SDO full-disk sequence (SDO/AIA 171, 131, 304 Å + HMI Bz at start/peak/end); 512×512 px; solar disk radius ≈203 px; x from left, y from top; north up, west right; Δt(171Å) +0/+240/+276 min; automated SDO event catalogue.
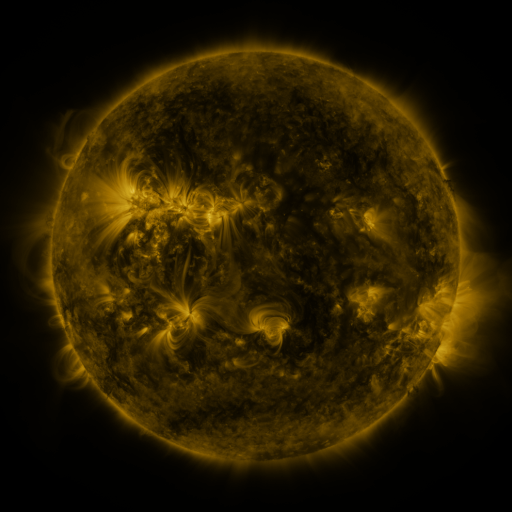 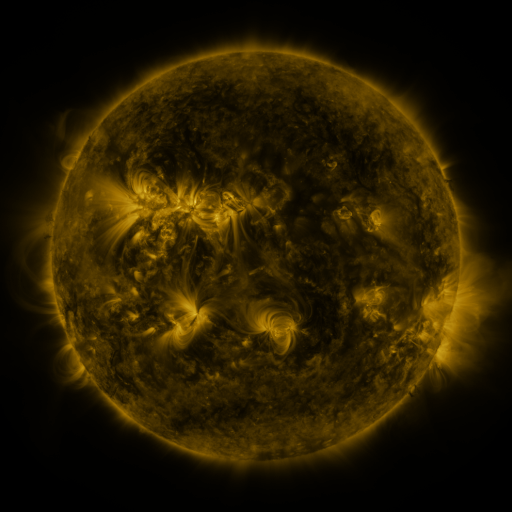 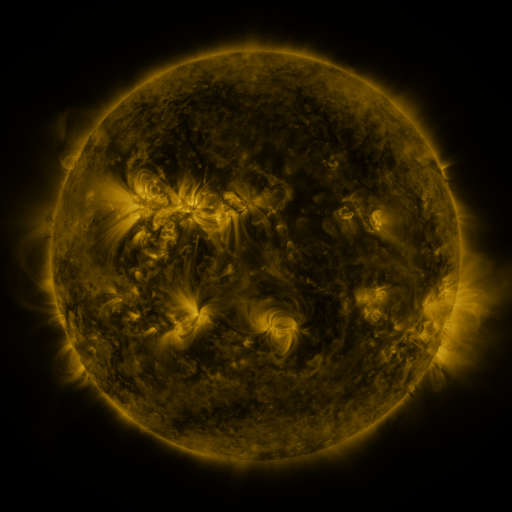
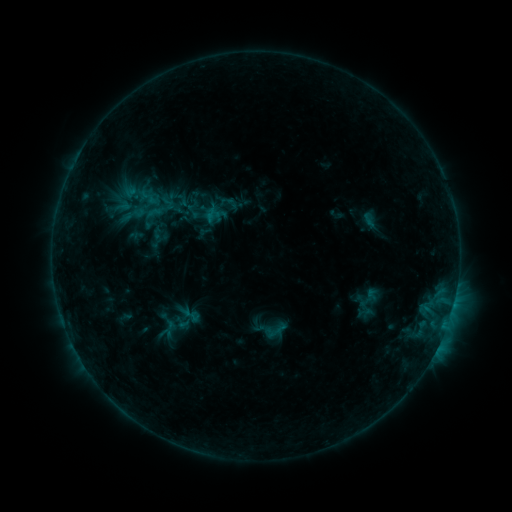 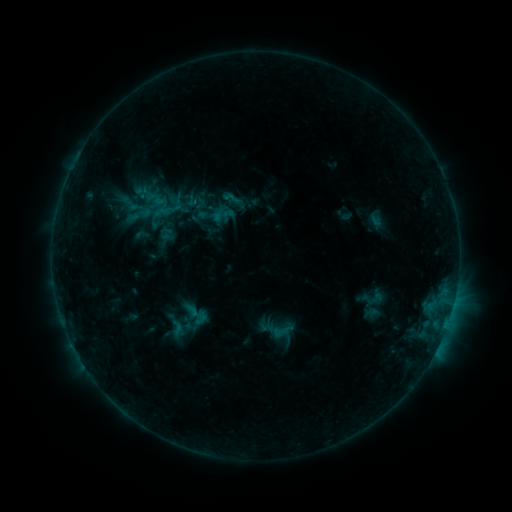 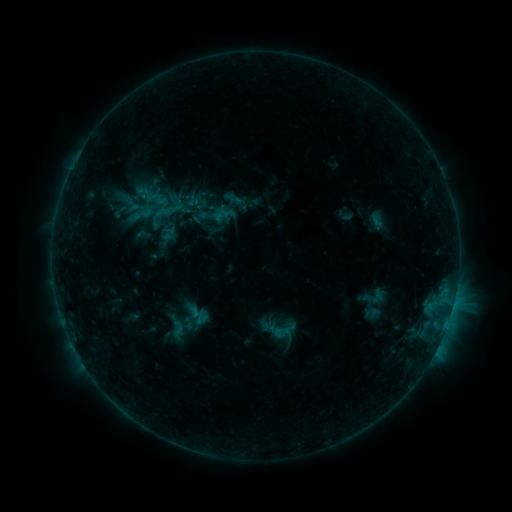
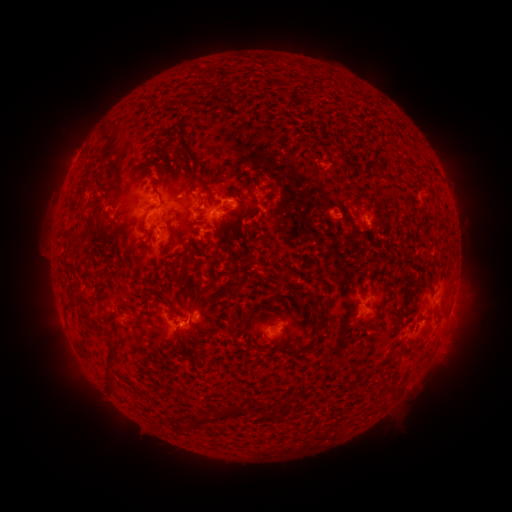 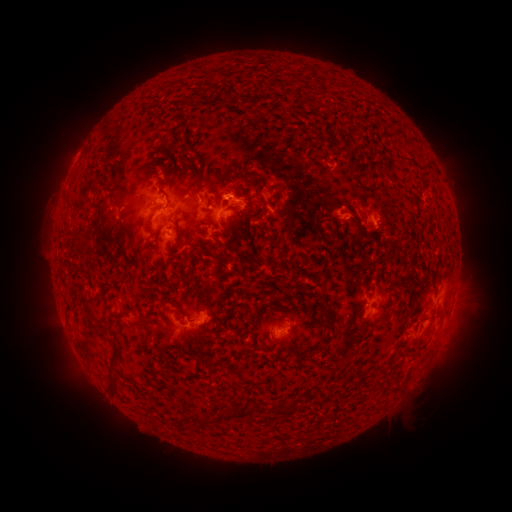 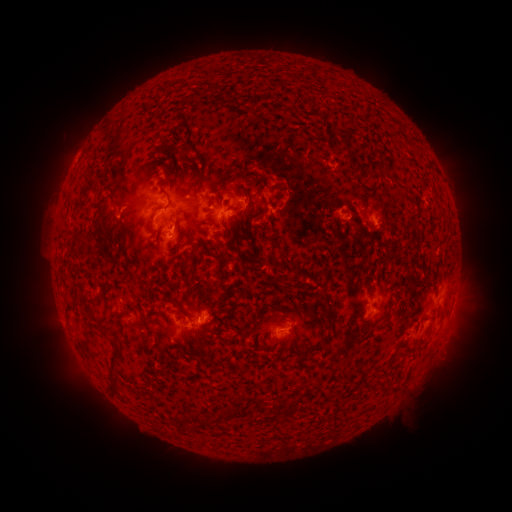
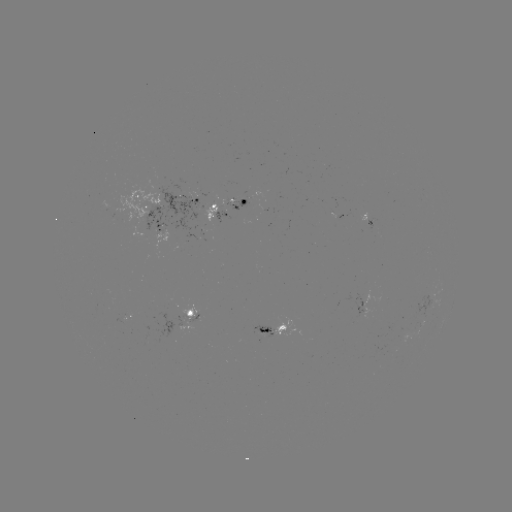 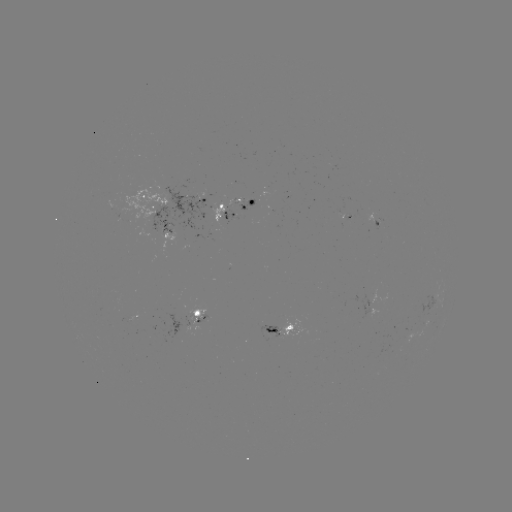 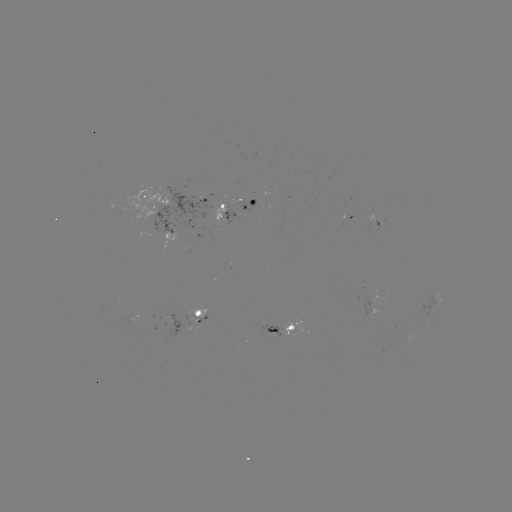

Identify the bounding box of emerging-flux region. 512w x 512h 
[193, 315, 208, 322].